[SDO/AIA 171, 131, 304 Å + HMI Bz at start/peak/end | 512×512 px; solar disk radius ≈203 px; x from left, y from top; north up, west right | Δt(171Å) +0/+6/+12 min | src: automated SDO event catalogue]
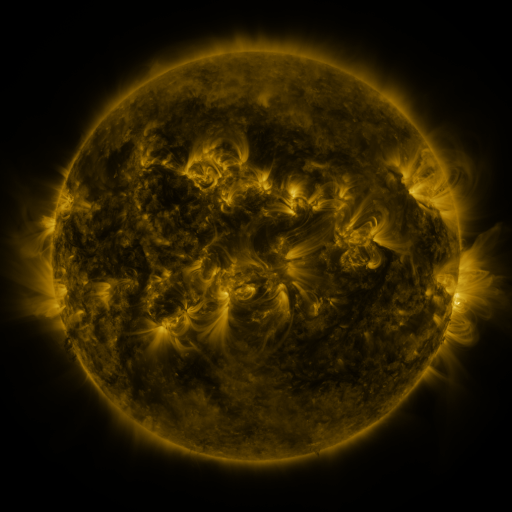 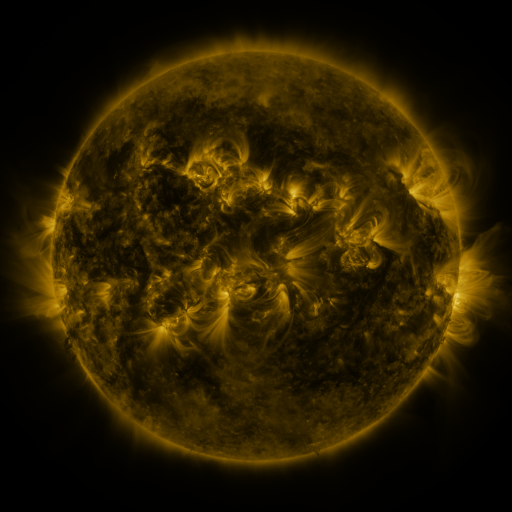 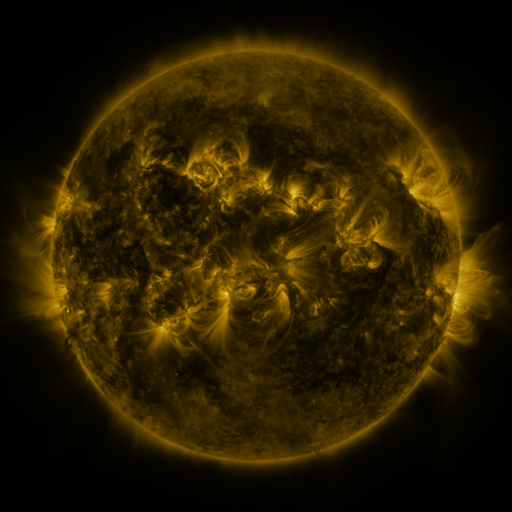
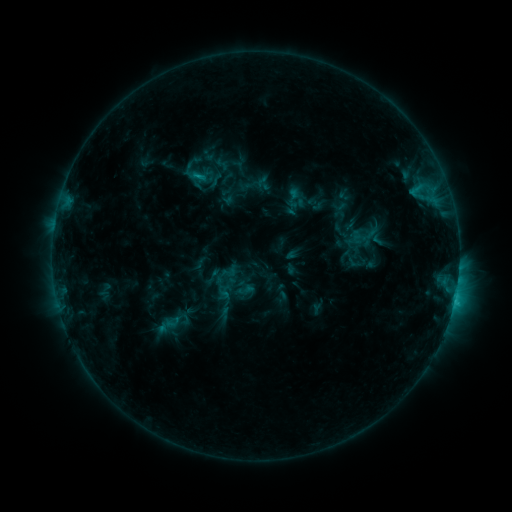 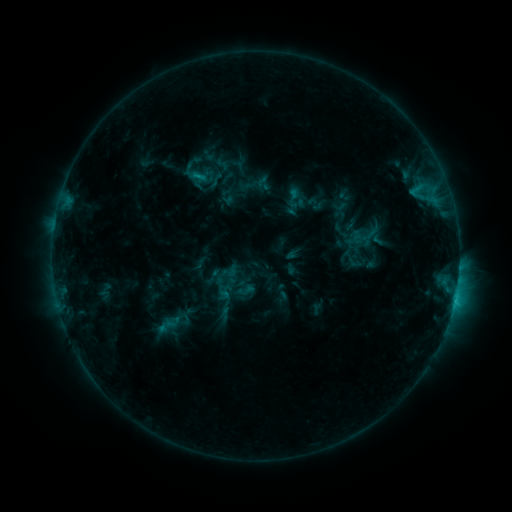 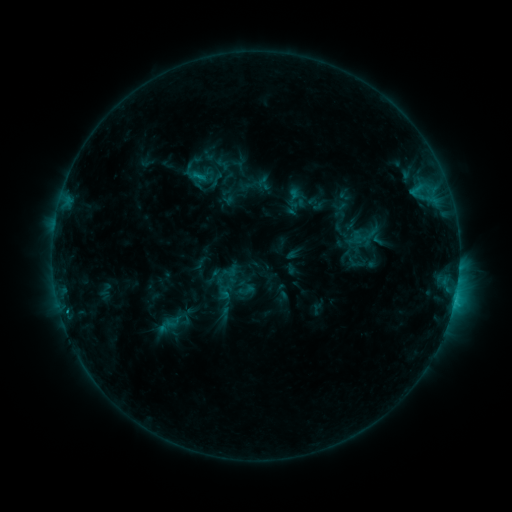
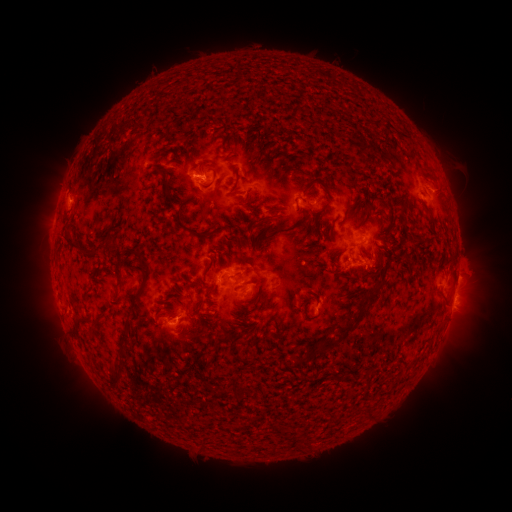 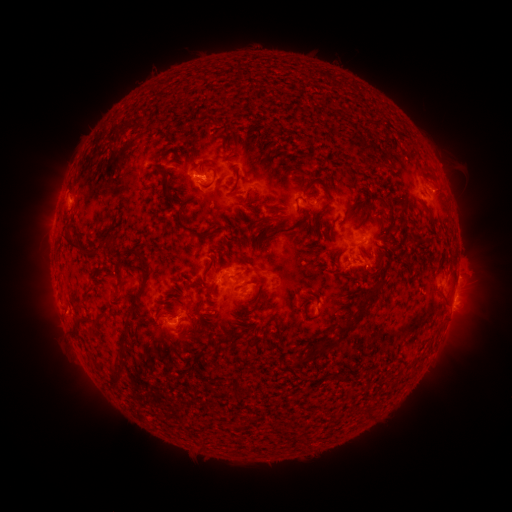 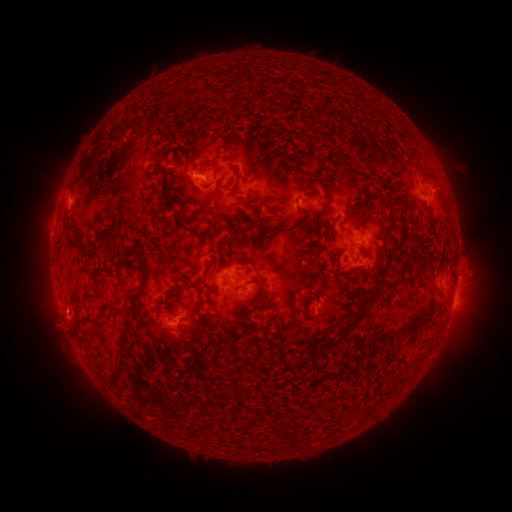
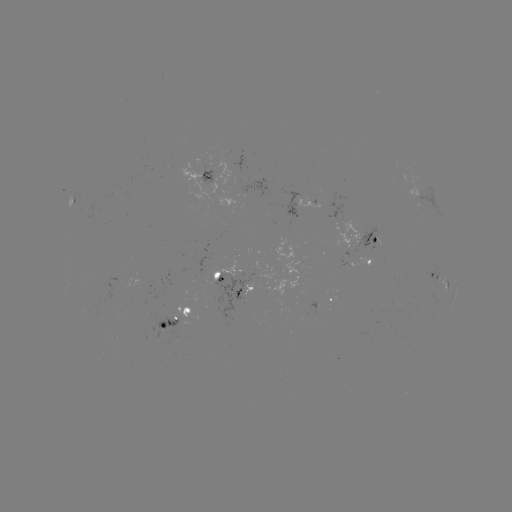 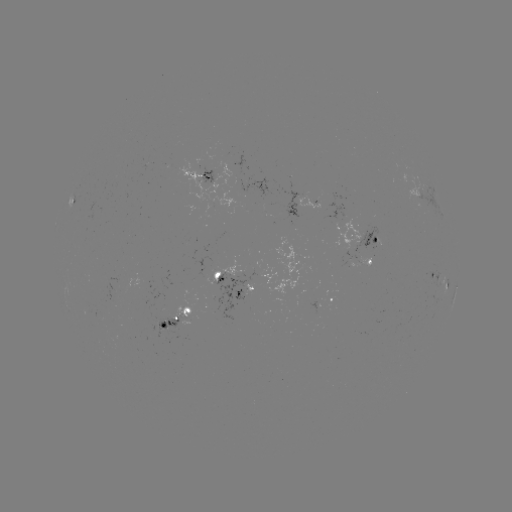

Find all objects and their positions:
eruption: (56, 326)
